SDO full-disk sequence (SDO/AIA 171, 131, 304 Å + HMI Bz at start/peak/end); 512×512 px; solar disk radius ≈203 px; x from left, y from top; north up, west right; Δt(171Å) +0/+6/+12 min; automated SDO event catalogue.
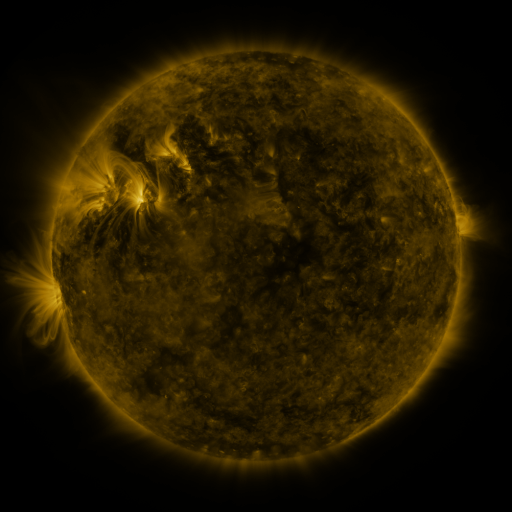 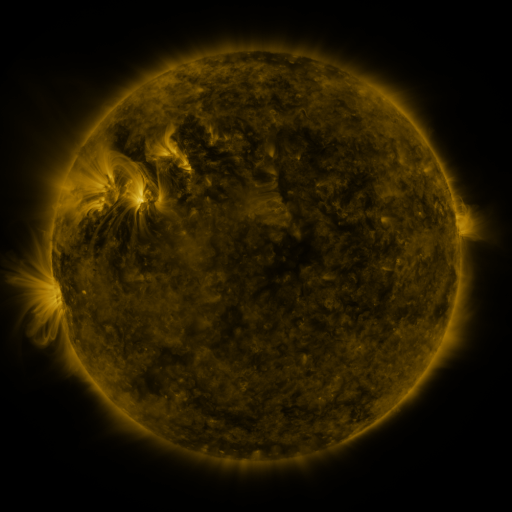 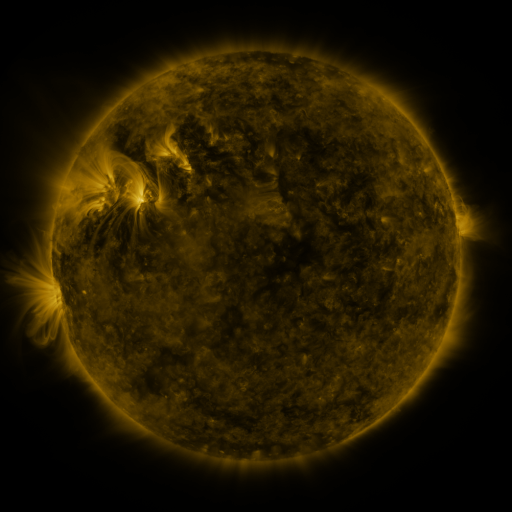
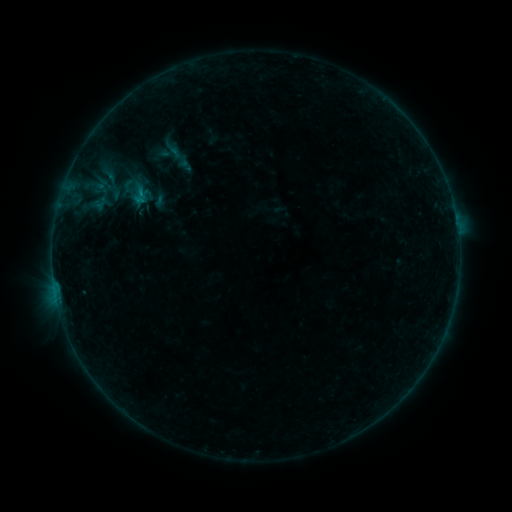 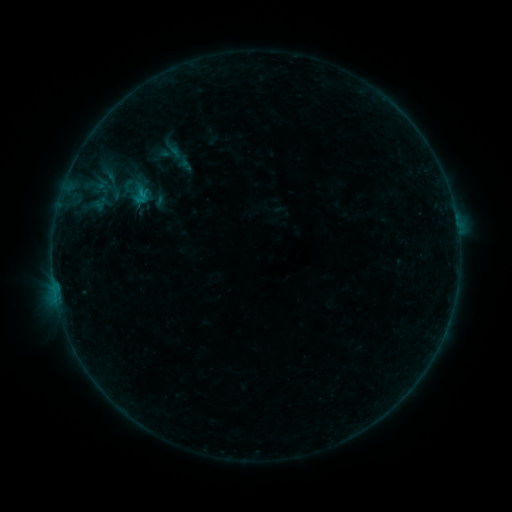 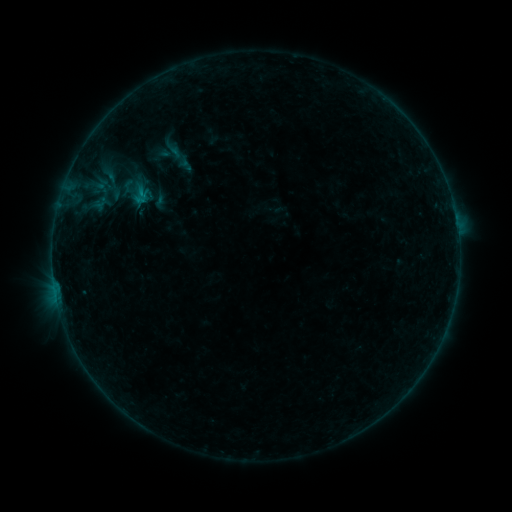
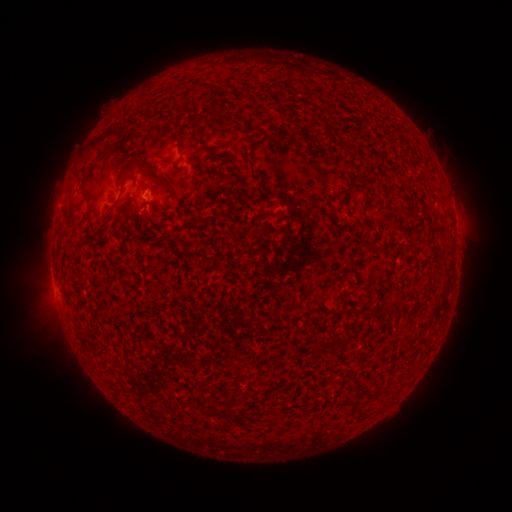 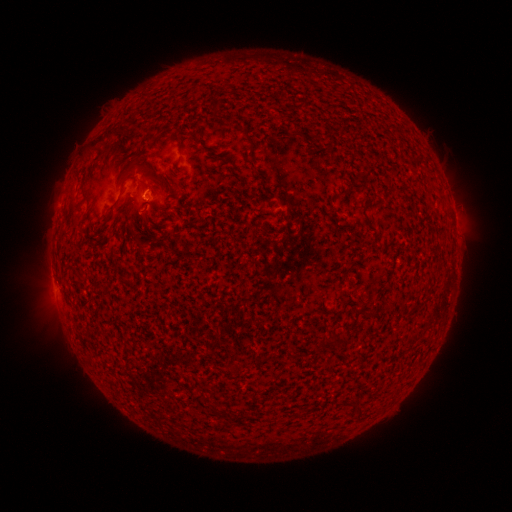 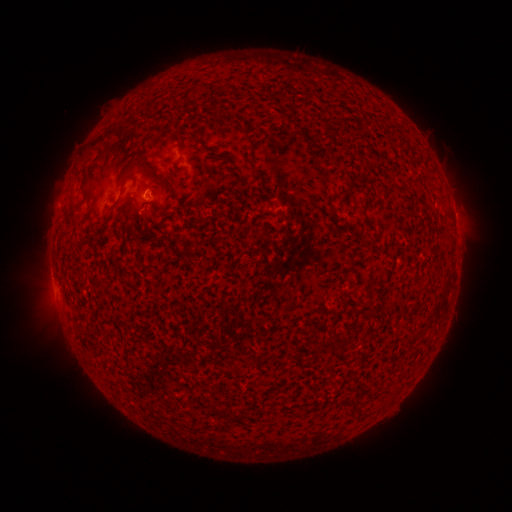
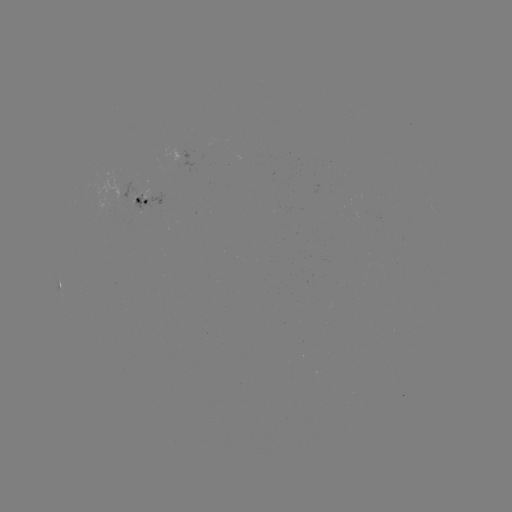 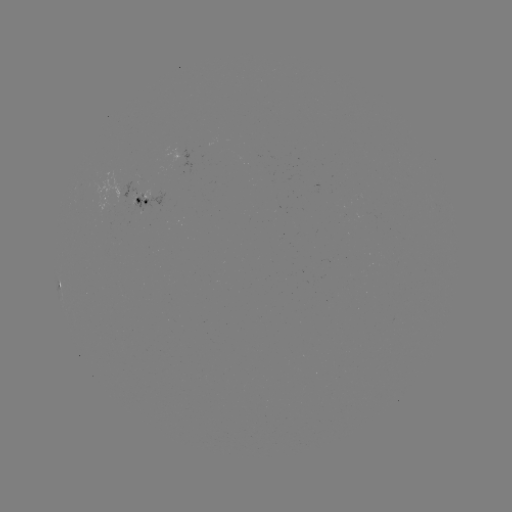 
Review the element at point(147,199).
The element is B2.0 flare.